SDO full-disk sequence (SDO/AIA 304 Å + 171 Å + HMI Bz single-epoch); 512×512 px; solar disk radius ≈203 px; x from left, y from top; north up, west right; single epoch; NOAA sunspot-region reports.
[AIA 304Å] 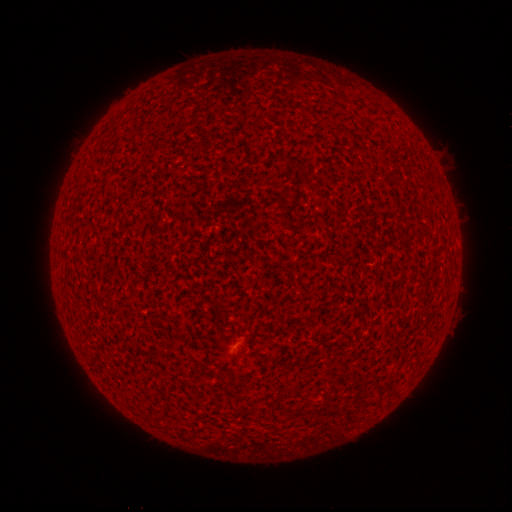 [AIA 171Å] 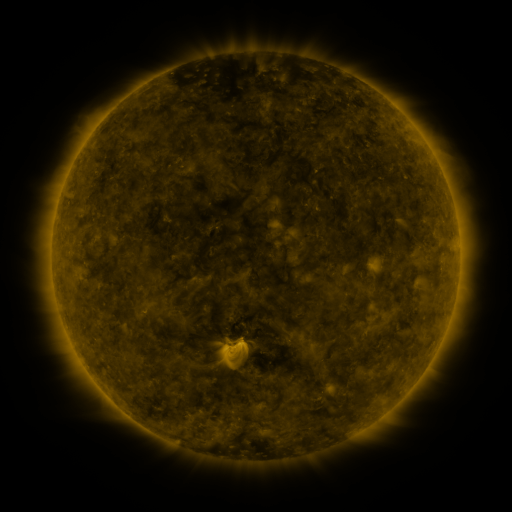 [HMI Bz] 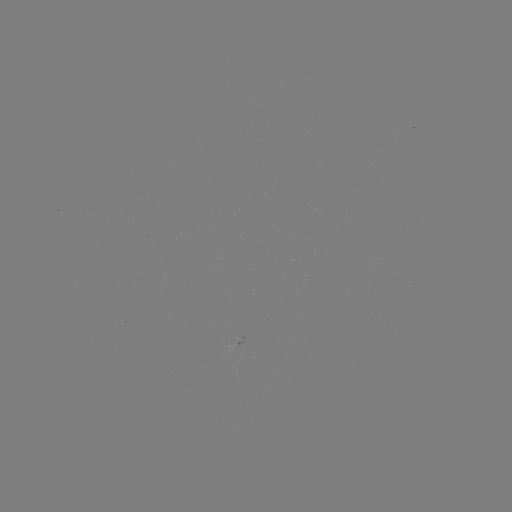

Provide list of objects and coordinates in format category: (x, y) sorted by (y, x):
(none)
